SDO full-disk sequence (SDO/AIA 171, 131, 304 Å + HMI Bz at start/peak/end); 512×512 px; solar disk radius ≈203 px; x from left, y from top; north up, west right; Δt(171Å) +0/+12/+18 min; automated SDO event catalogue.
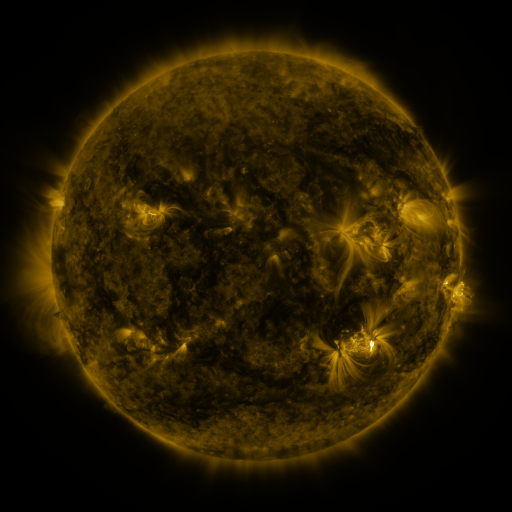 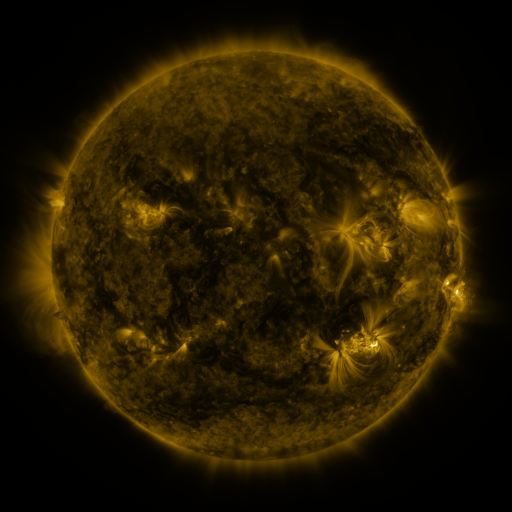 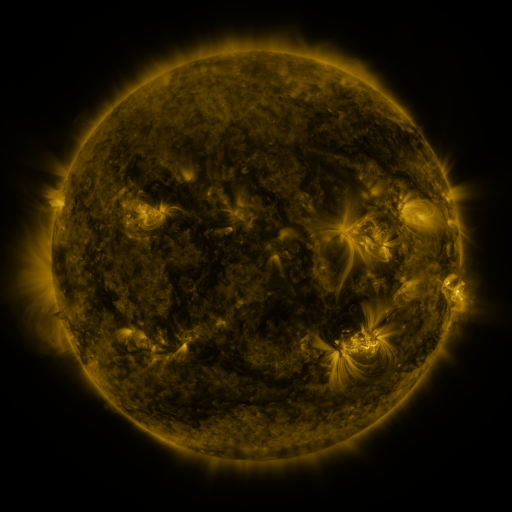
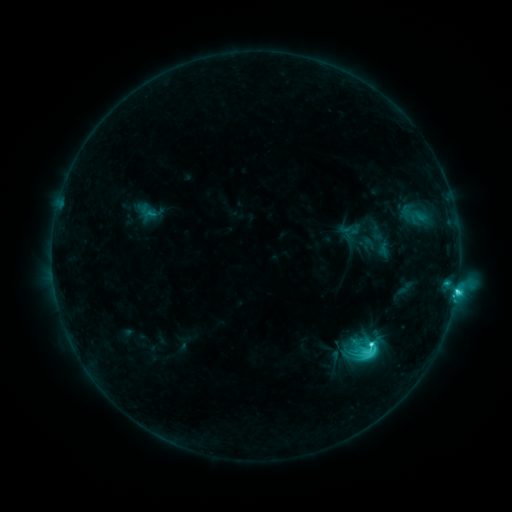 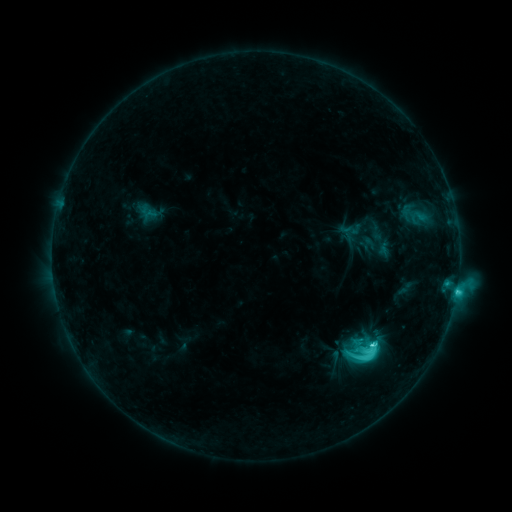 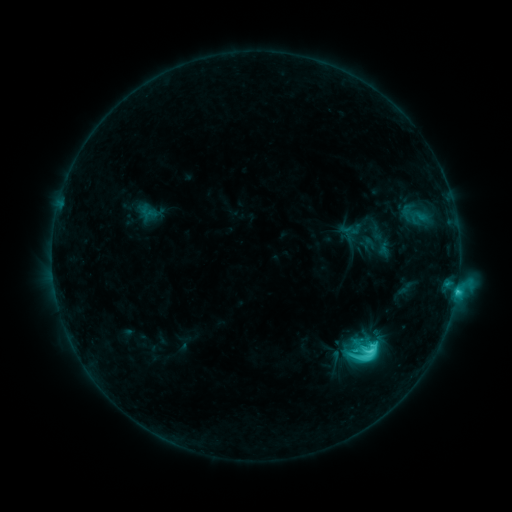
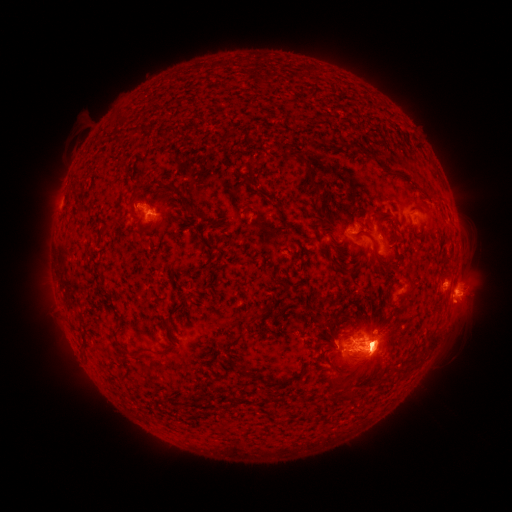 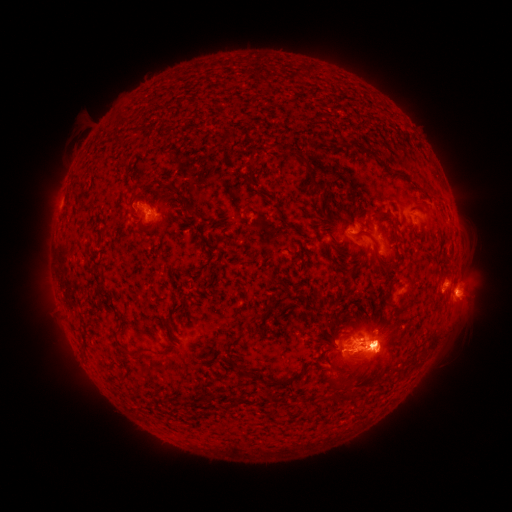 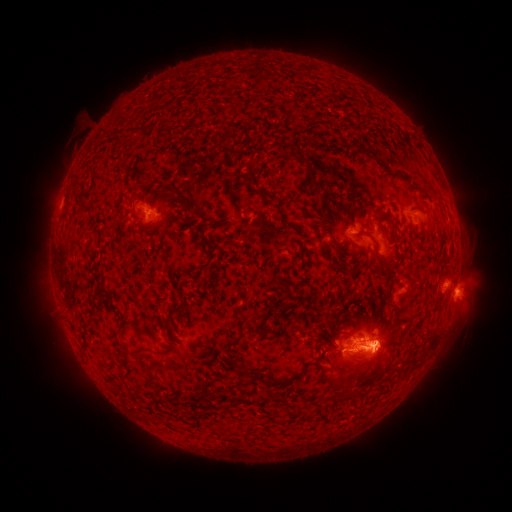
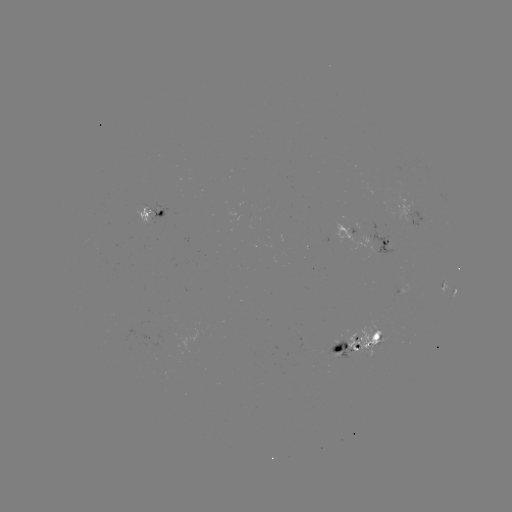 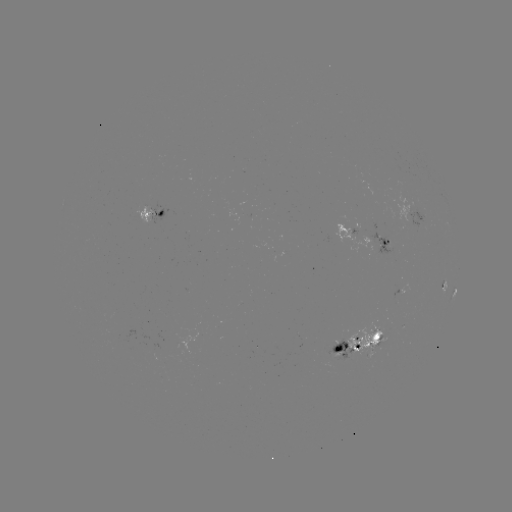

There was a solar eruption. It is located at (384, 354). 